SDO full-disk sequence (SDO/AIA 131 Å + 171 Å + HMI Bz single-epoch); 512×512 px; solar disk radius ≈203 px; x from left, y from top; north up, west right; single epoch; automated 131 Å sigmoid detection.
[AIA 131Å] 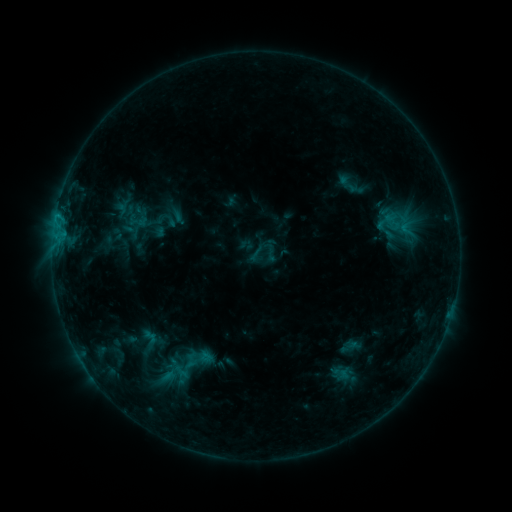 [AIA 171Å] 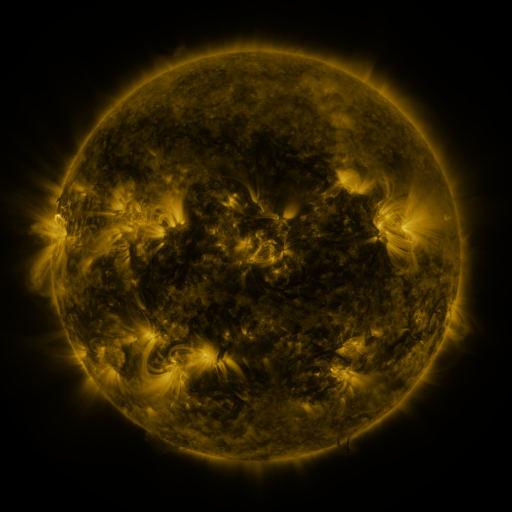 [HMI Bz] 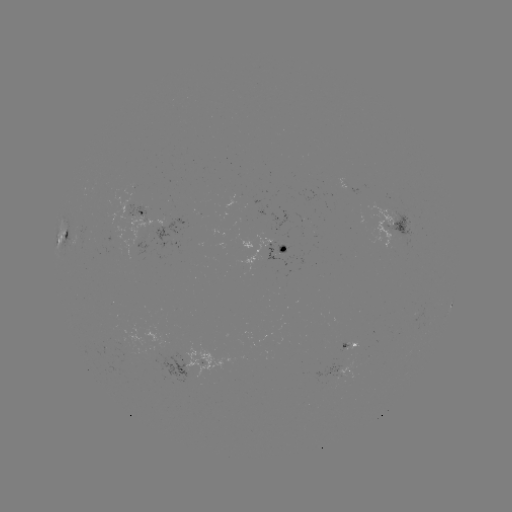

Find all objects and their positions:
sigmoid: (270, 252)
sigmoid: (185, 369)
